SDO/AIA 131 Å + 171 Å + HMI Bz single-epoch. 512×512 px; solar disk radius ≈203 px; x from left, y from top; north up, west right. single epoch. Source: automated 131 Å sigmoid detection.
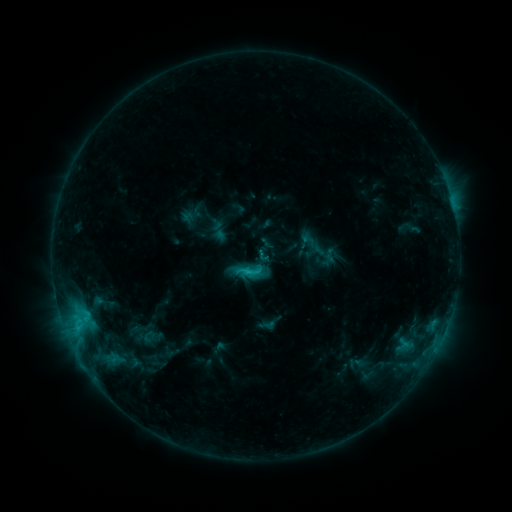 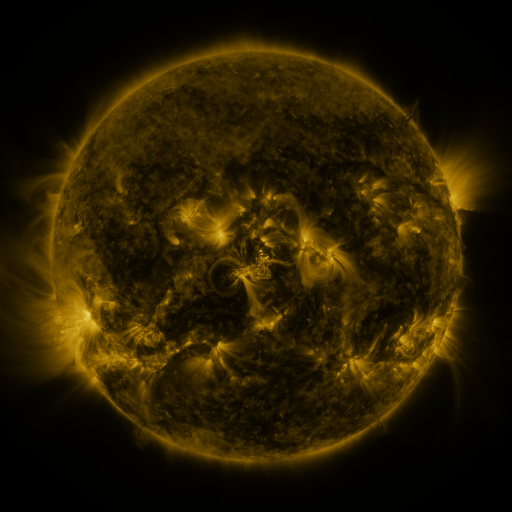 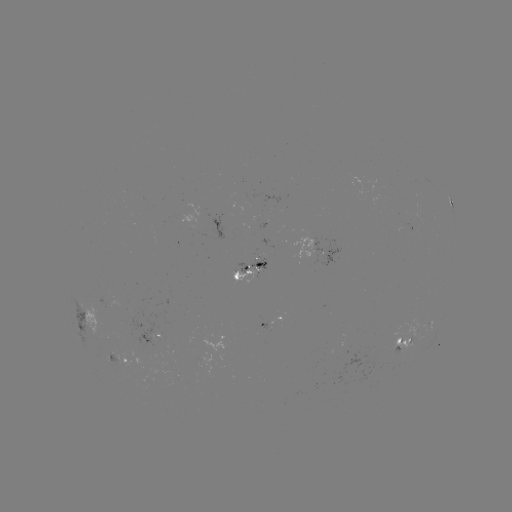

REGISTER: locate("sigmoid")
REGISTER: (249, 271)